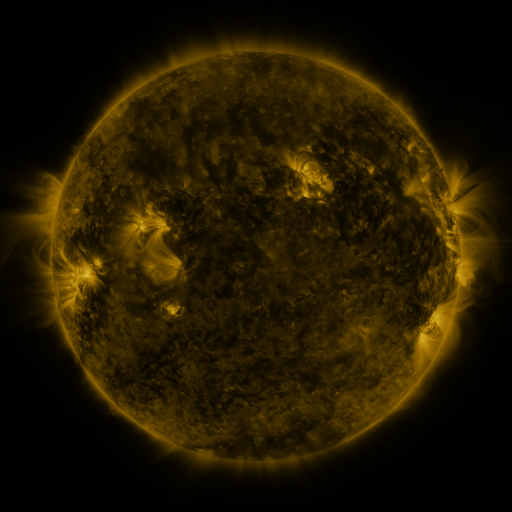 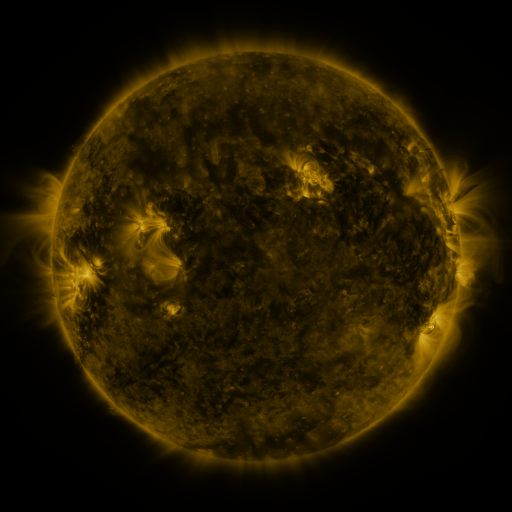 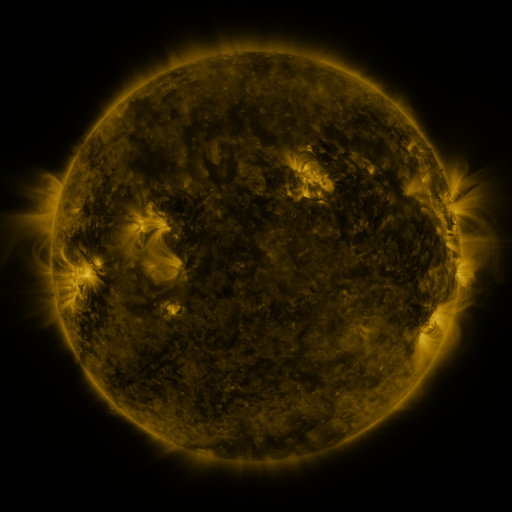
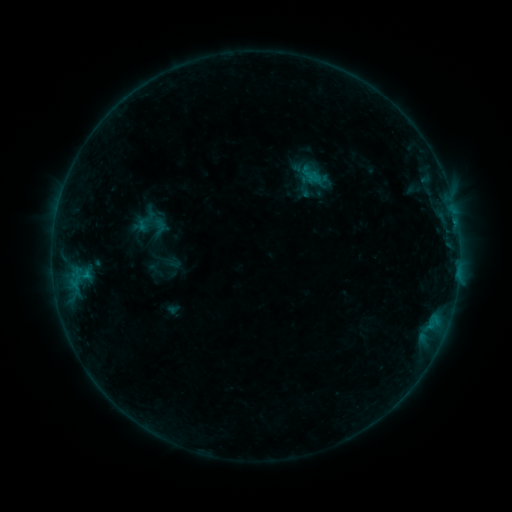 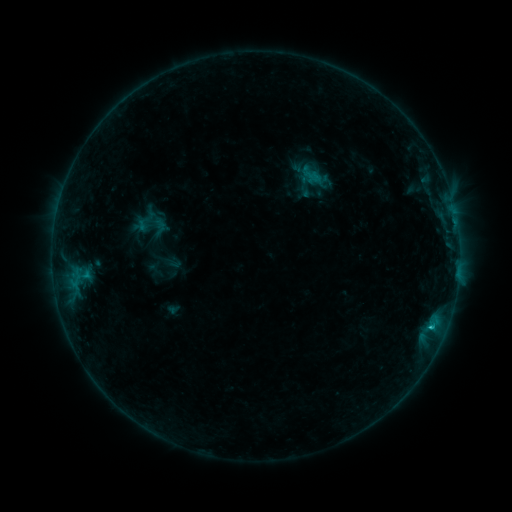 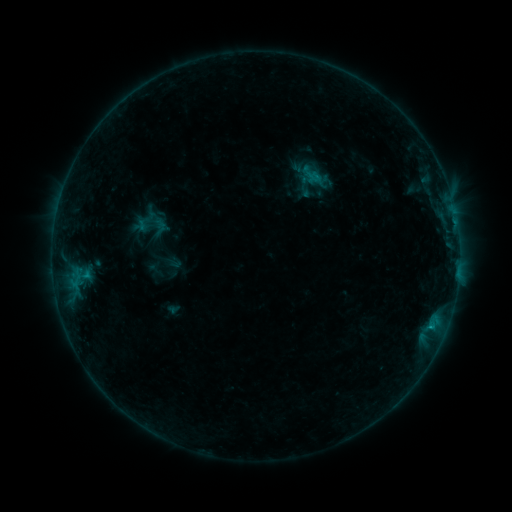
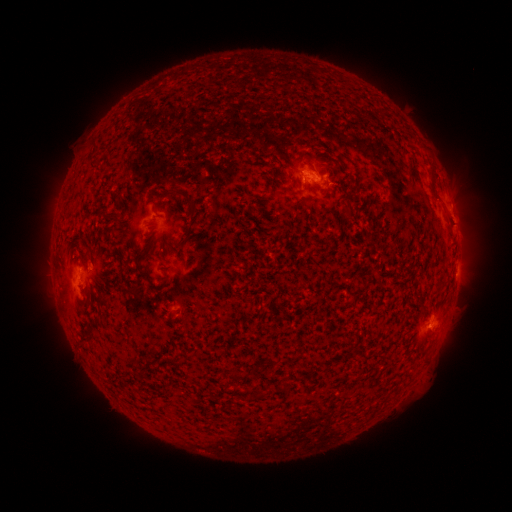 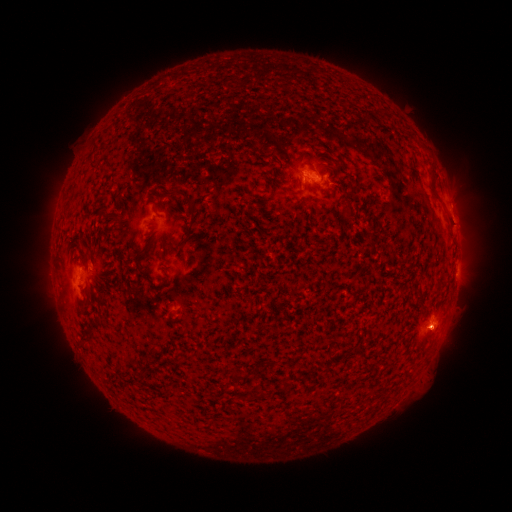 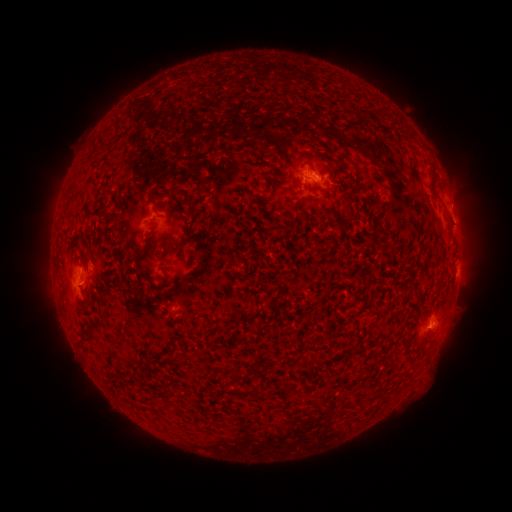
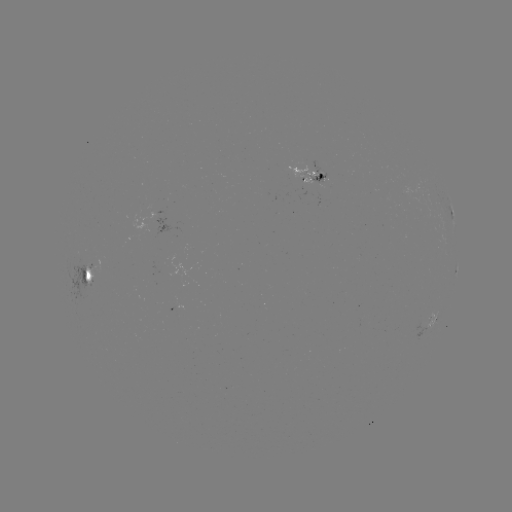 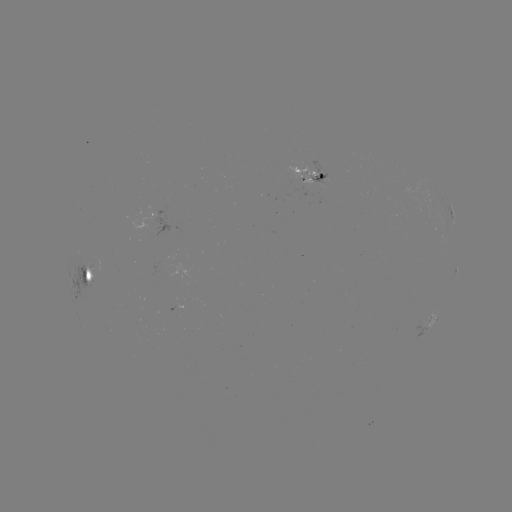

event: flare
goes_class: B6.0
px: (430, 325)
